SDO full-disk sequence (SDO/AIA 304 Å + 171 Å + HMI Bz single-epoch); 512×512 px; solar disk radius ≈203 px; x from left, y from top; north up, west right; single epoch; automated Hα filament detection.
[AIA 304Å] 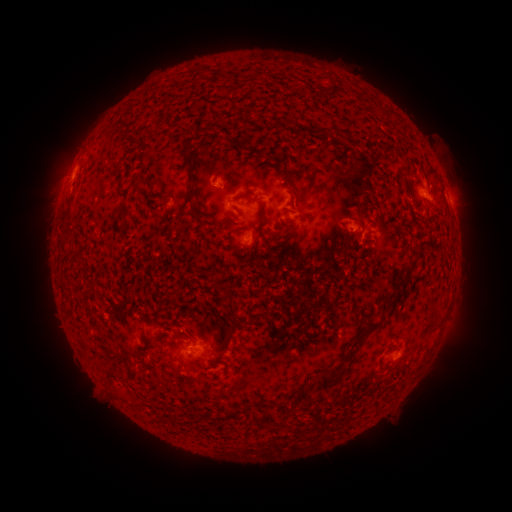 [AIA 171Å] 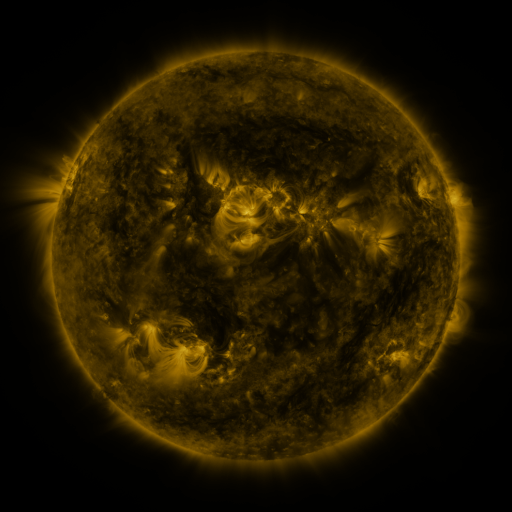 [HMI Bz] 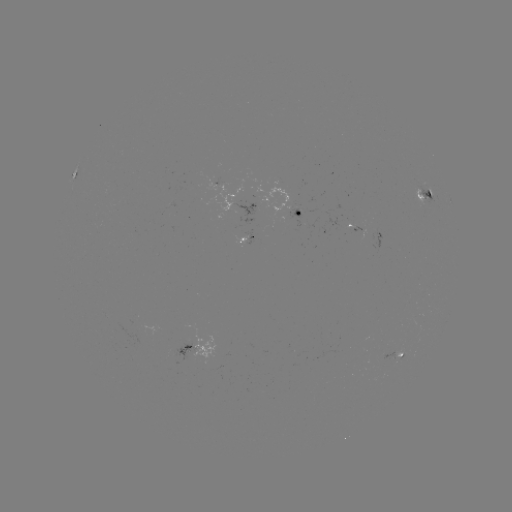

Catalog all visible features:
filament: [221, 171, 228, 183]
filament: [185, 188, 196, 200]
filament: [233, 190, 253, 201]
filament: [255, 196, 264, 217]
filament: [191, 205, 206, 221]
filament: [358, 212, 363, 222]
filament: [395, 279, 407, 289]
filament: [227, 295, 236, 326]
filament: [383, 300, 393, 312]
filament: [363, 319, 381, 332]
filament: [225, 326, 236, 334]
filament: [350, 333, 366, 348]
filament: [217, 335, 227, 348]
filament: [314, 366, 343, 390]
filament: [258, 411, 278, 427]
